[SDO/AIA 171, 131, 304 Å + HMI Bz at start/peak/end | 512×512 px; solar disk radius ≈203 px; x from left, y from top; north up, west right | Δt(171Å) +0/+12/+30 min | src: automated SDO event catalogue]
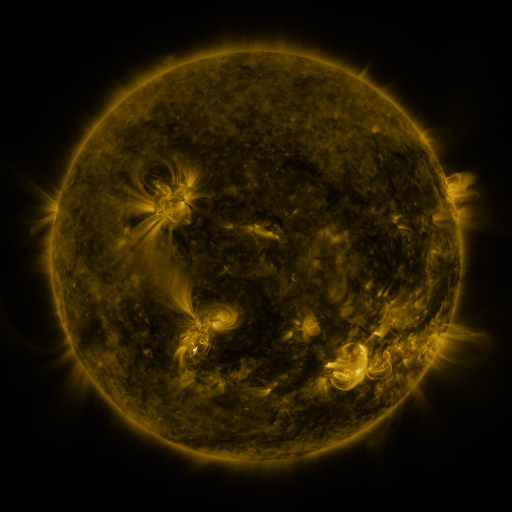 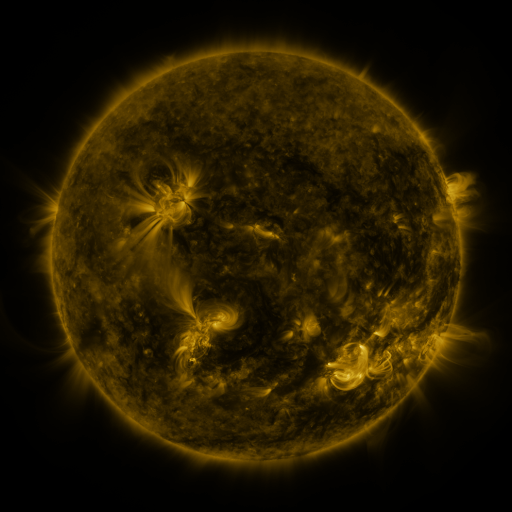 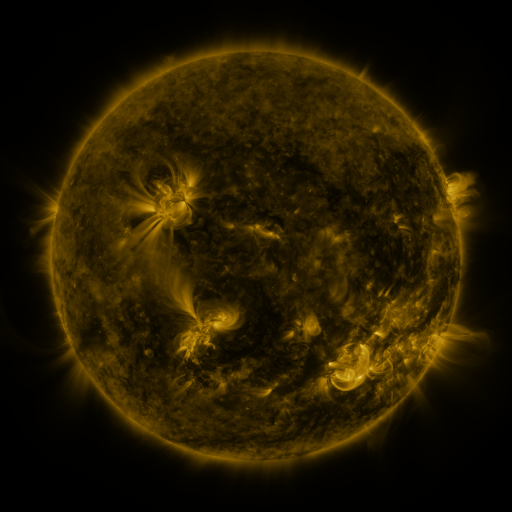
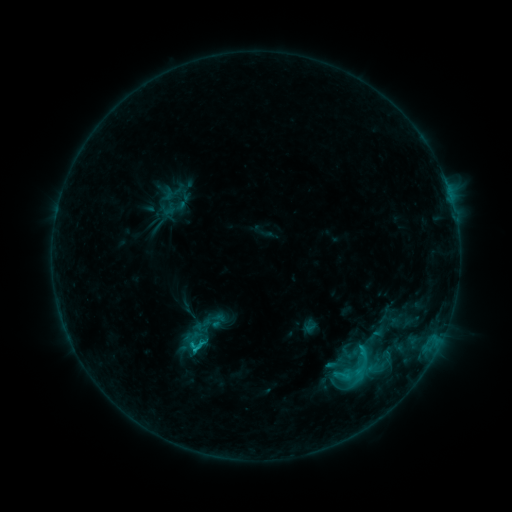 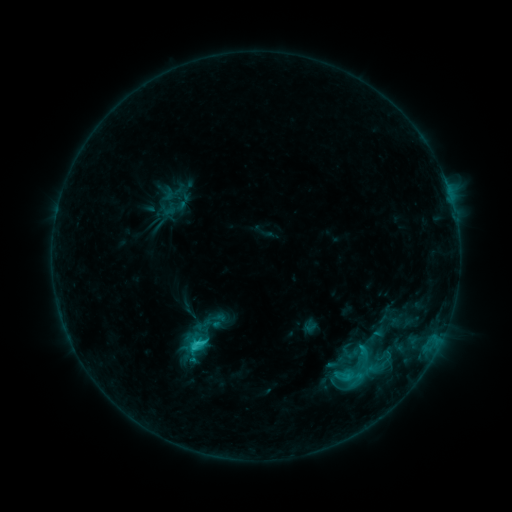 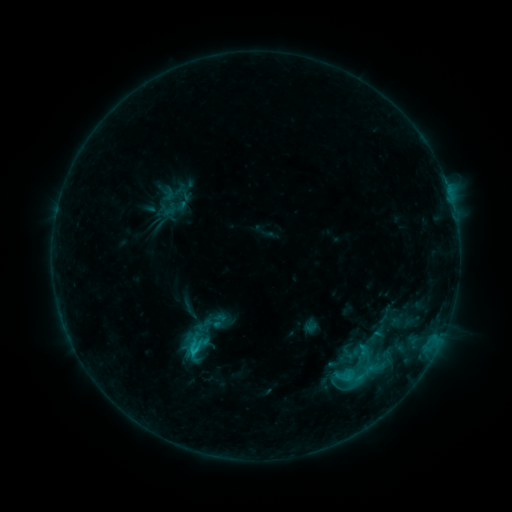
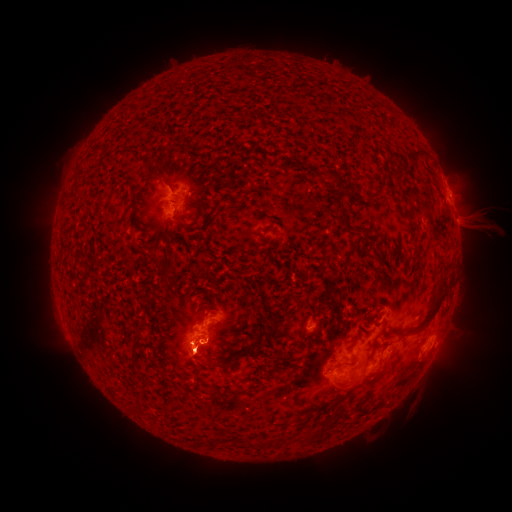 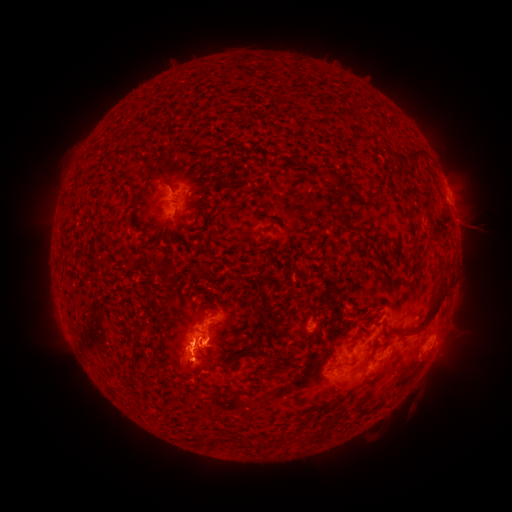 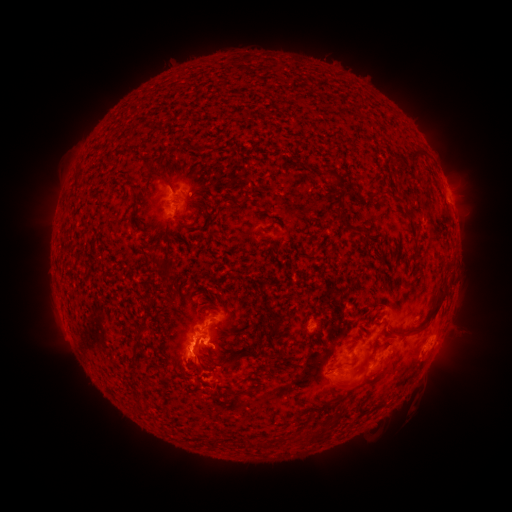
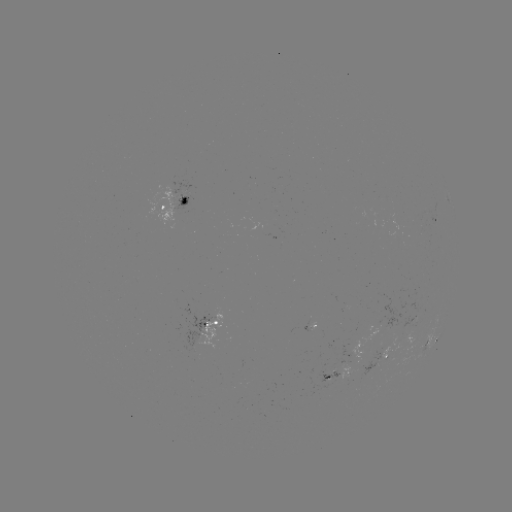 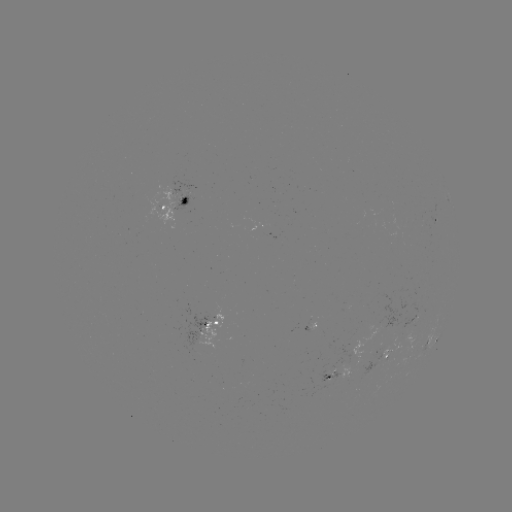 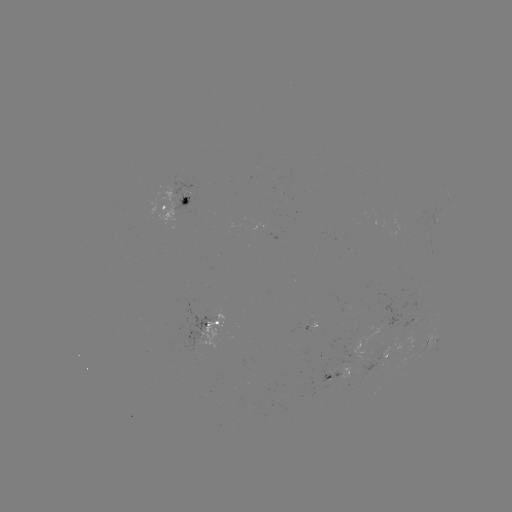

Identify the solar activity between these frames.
C2.0 flare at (199, 342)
